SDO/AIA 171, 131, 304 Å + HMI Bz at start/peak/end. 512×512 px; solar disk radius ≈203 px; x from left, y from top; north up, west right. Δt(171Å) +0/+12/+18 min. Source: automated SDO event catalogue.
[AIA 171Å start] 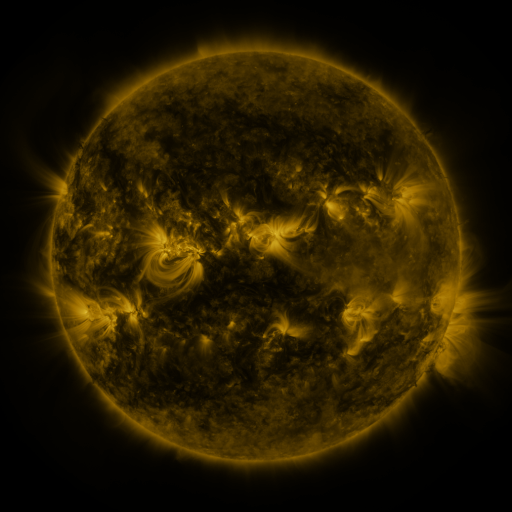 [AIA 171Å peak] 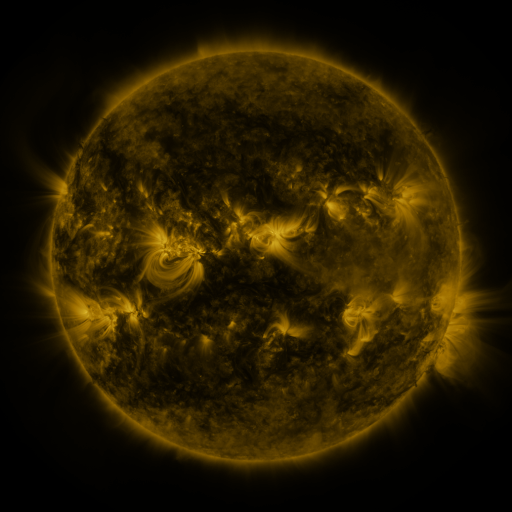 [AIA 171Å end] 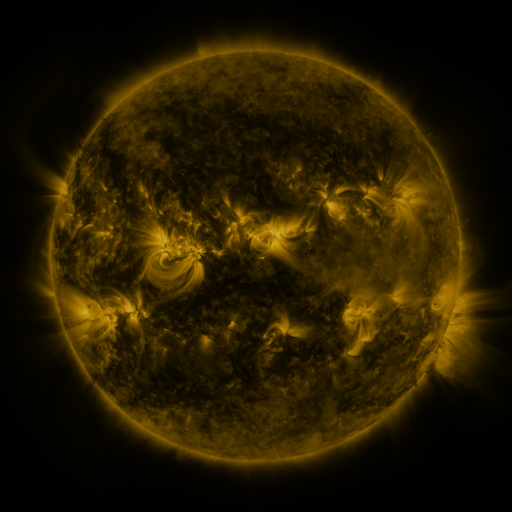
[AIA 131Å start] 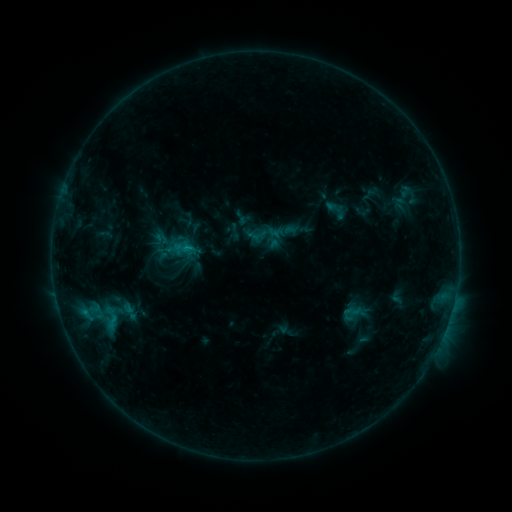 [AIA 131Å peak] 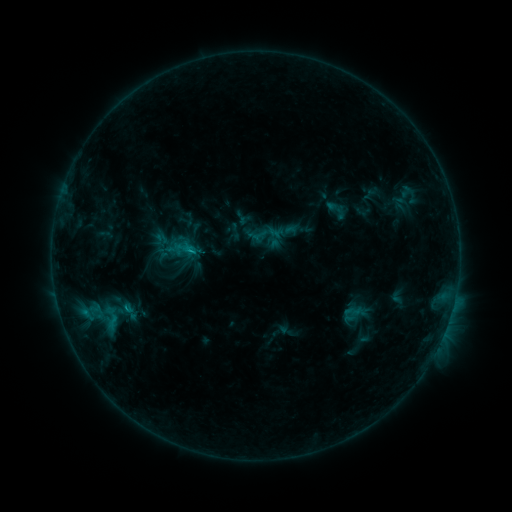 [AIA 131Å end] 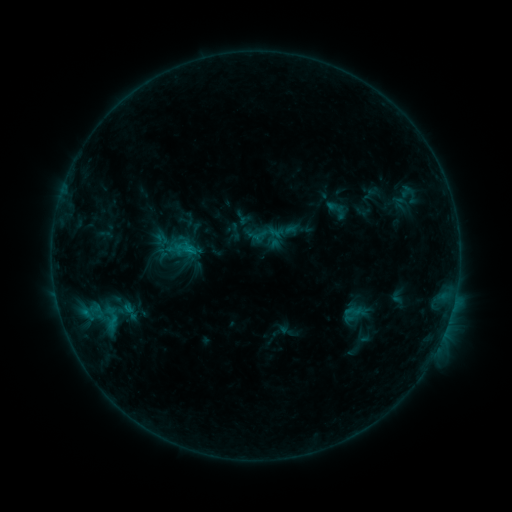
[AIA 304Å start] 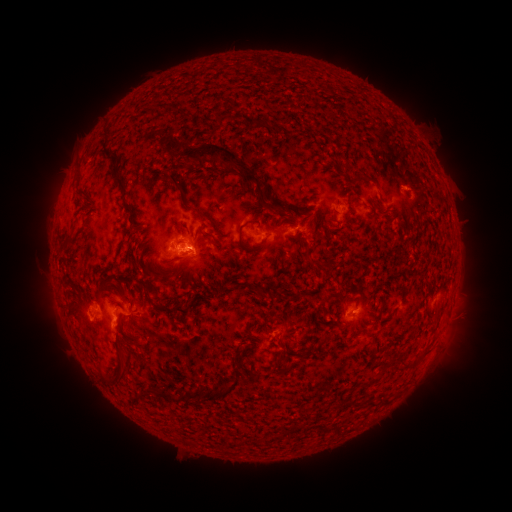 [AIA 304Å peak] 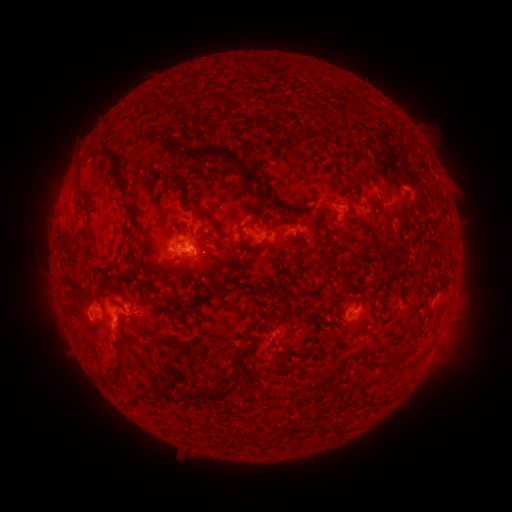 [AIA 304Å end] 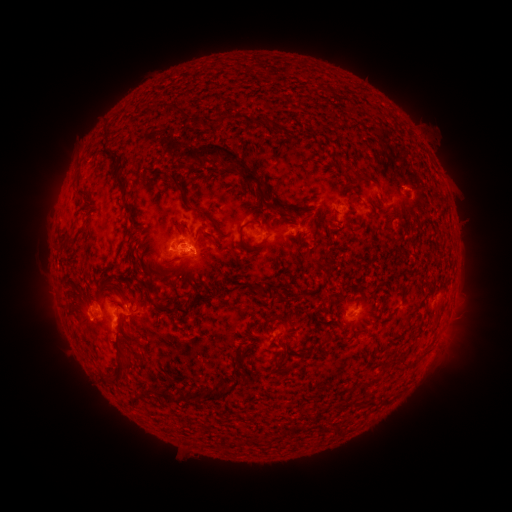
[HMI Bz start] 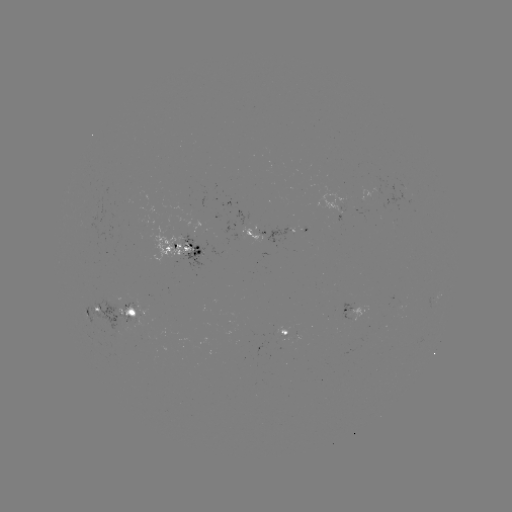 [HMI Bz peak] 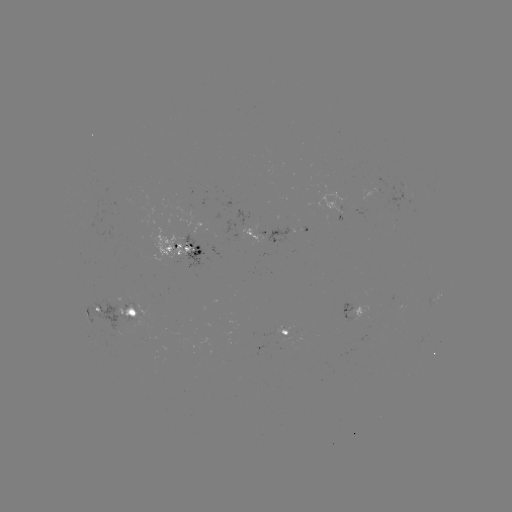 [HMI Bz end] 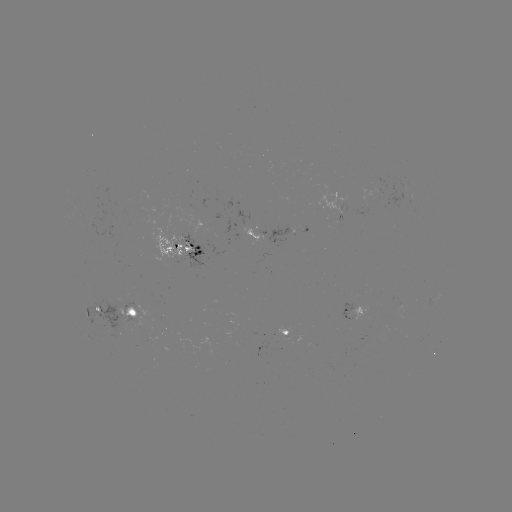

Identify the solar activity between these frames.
B9.1 flare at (189, 252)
